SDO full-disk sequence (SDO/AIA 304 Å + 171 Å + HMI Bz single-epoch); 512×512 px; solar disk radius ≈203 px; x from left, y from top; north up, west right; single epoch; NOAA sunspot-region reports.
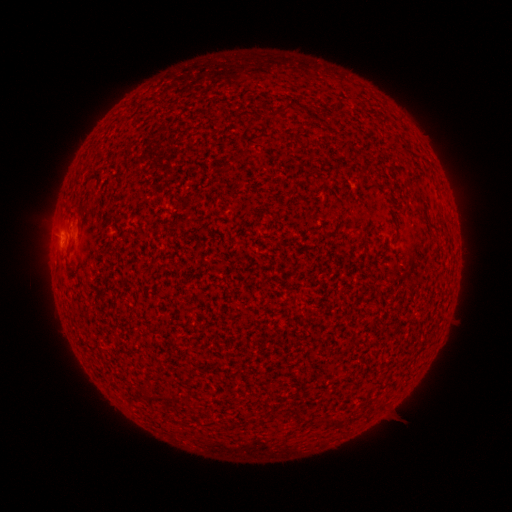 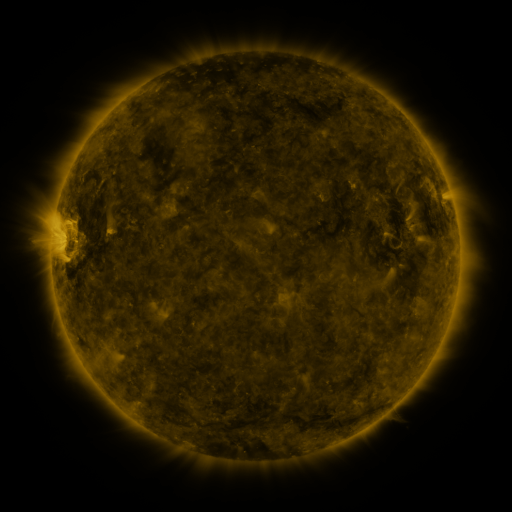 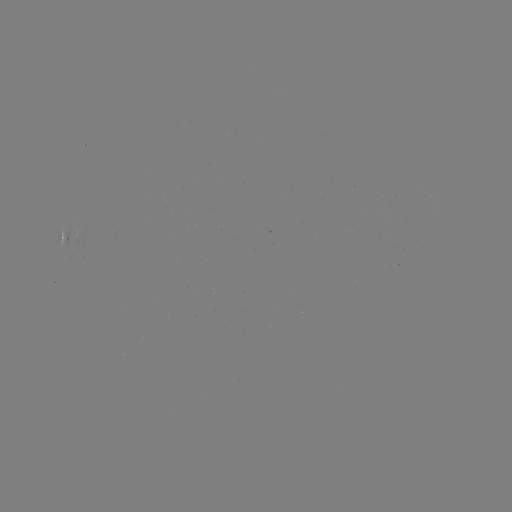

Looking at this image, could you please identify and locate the spotted active region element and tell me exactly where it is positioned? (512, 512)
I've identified spotted active region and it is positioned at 66,246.